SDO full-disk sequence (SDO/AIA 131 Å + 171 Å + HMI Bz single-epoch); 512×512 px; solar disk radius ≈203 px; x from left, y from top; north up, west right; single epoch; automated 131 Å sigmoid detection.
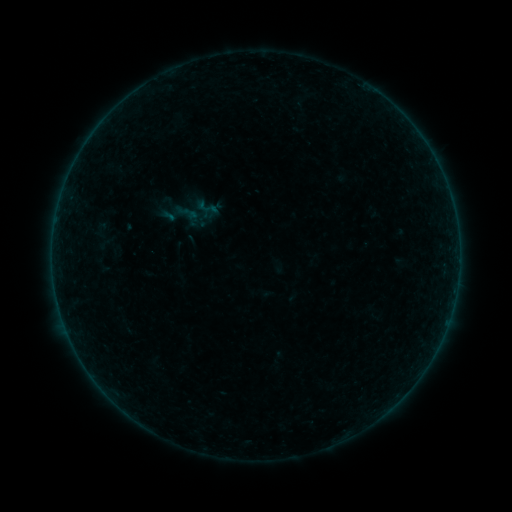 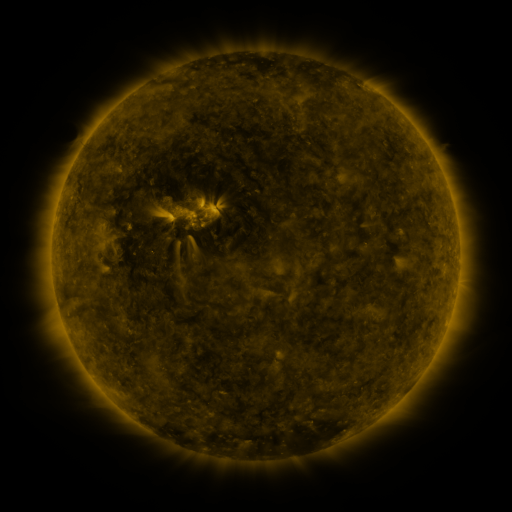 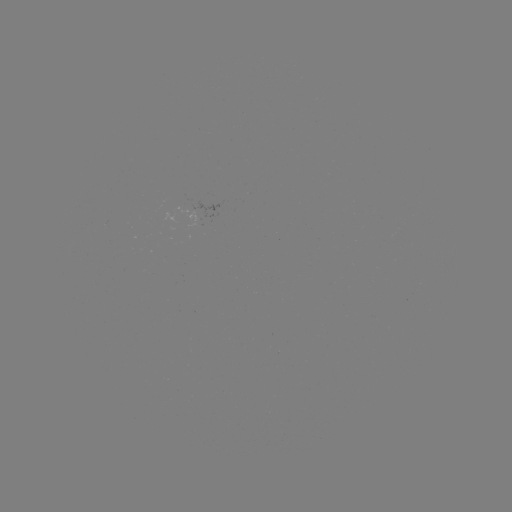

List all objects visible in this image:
sigmoid: (207, 207)
